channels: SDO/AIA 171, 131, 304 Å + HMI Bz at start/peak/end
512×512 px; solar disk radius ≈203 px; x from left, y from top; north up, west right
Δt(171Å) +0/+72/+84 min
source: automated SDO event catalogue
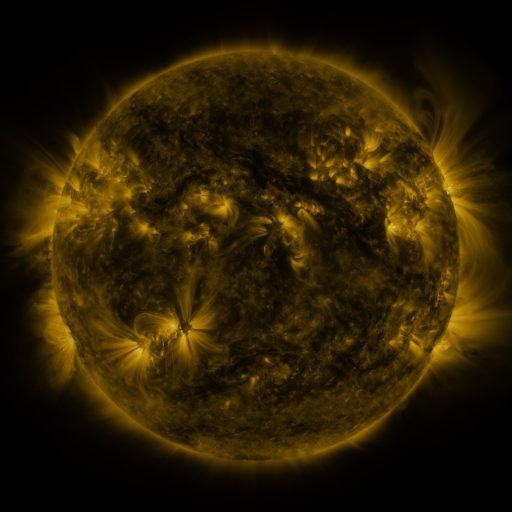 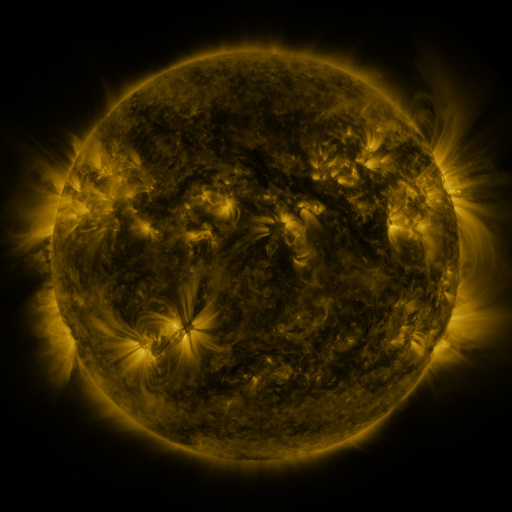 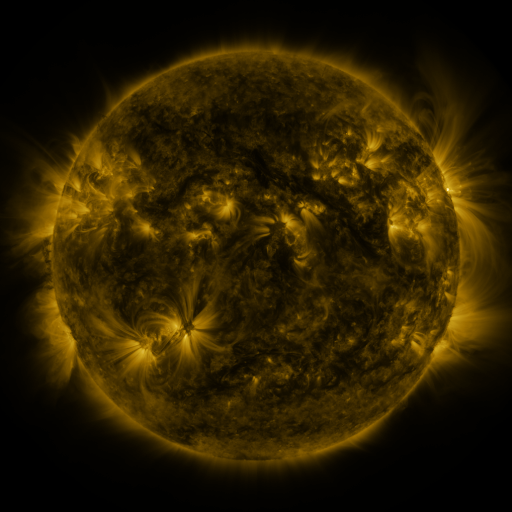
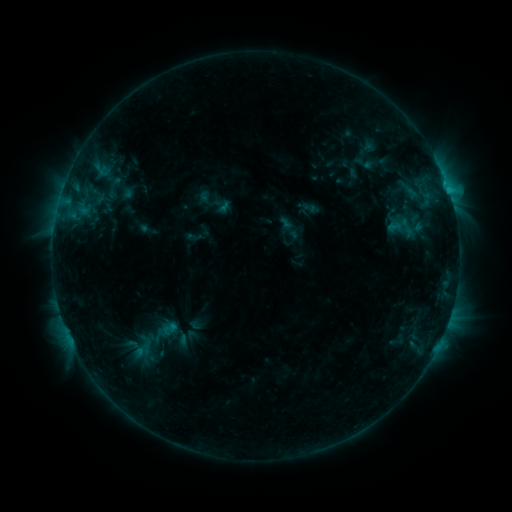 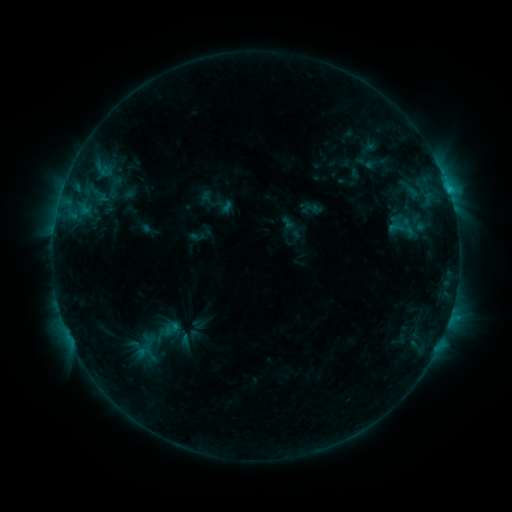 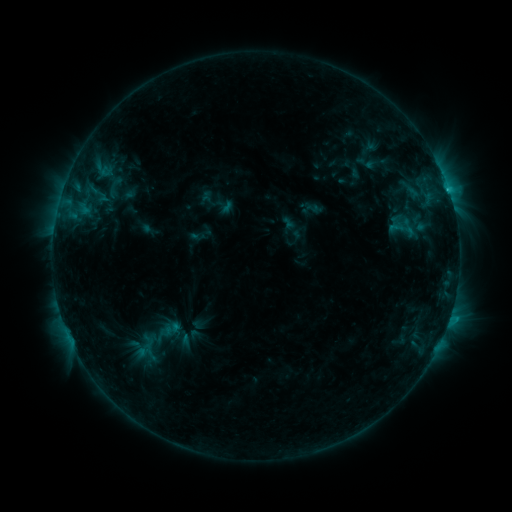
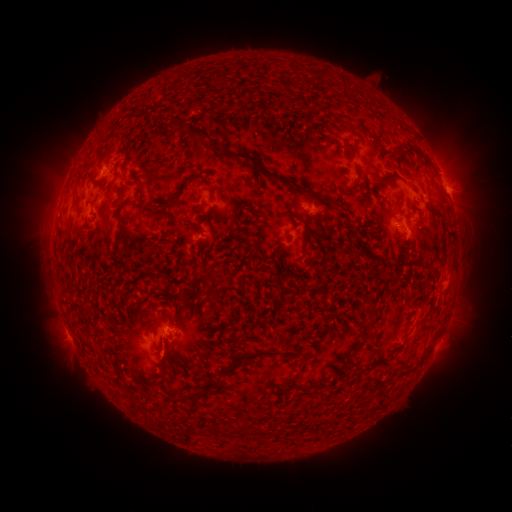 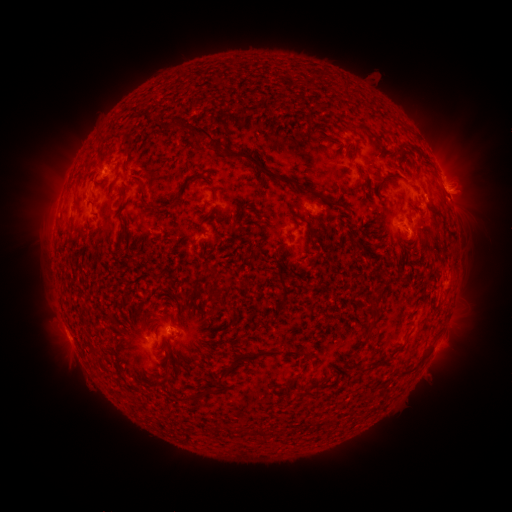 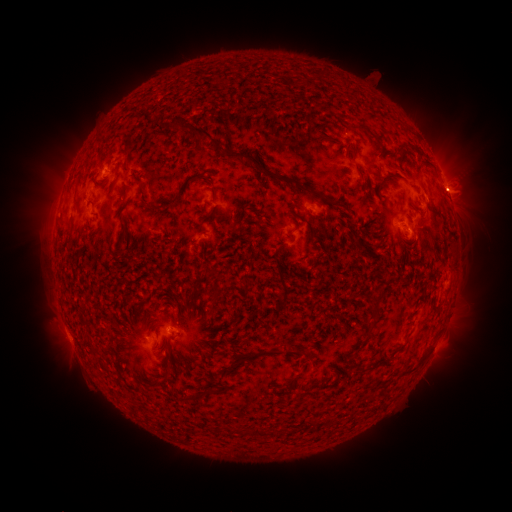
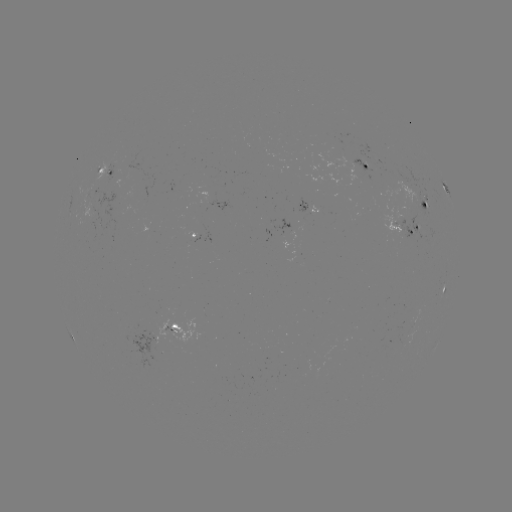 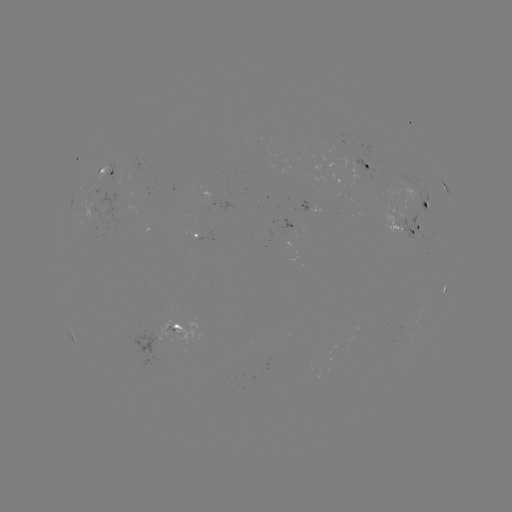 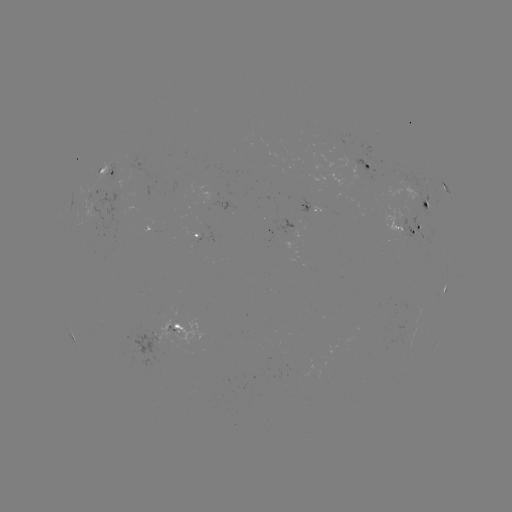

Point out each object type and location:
emerging-flux region: (92, 216)
